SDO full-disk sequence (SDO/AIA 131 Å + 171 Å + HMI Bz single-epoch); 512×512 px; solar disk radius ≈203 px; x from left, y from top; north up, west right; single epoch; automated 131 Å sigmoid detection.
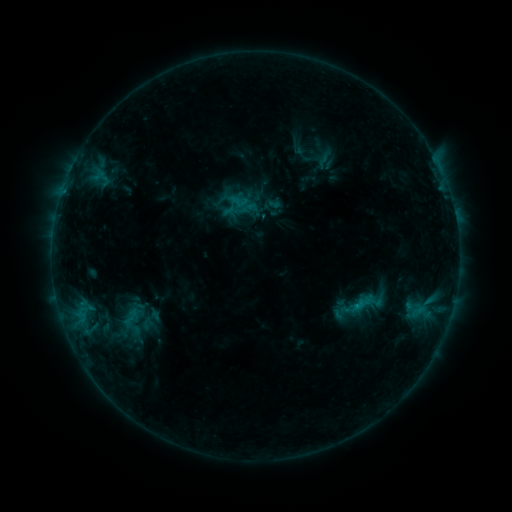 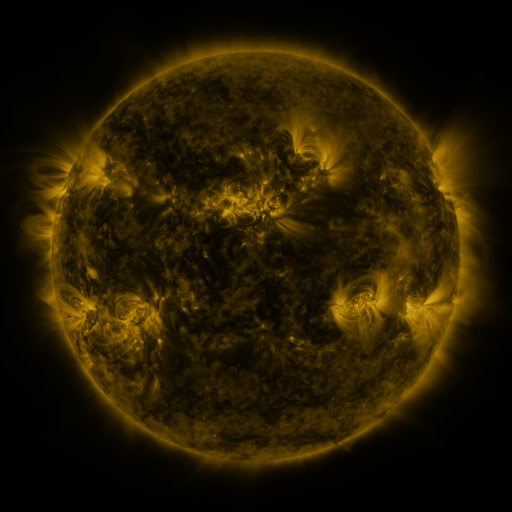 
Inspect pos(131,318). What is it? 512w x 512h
sigmoid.